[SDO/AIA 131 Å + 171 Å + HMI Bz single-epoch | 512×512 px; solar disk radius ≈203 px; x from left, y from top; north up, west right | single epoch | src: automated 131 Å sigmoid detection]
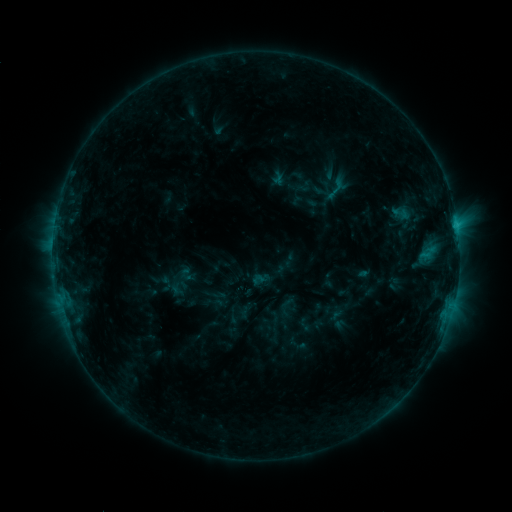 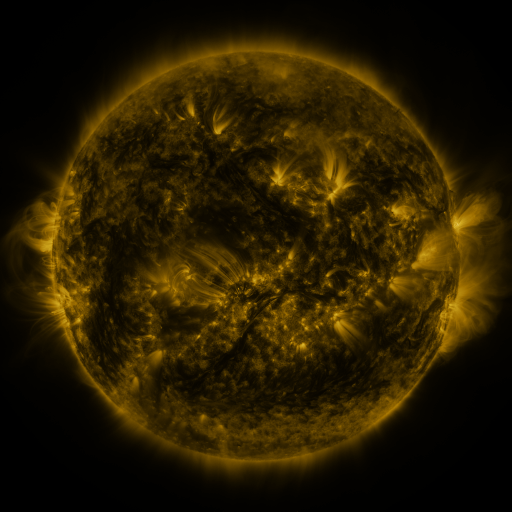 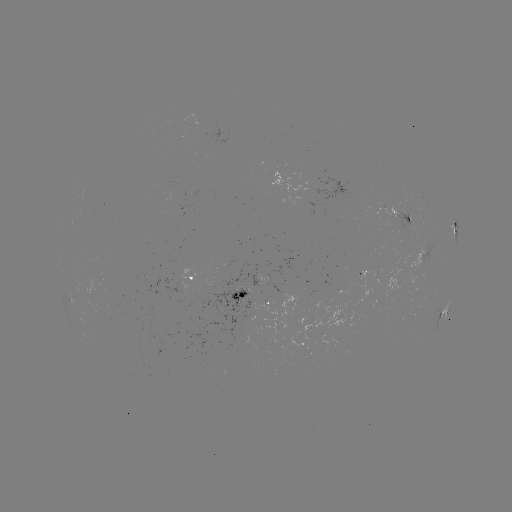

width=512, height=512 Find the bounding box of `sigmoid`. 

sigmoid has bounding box [389, 203, 411, 224].